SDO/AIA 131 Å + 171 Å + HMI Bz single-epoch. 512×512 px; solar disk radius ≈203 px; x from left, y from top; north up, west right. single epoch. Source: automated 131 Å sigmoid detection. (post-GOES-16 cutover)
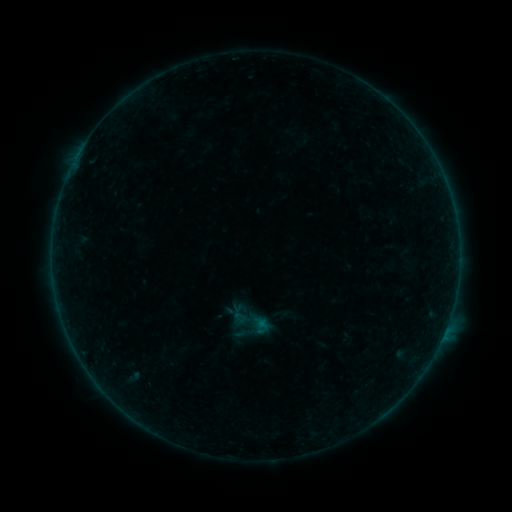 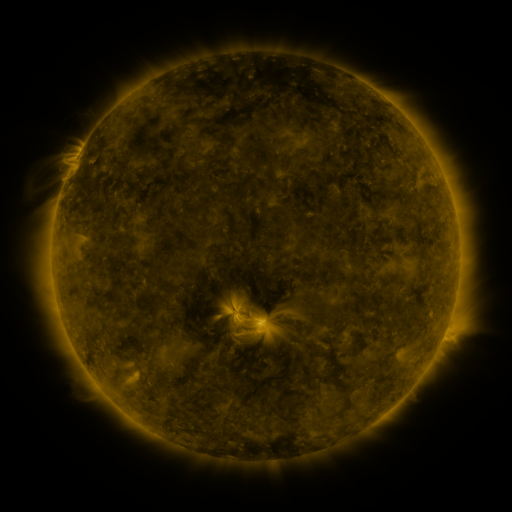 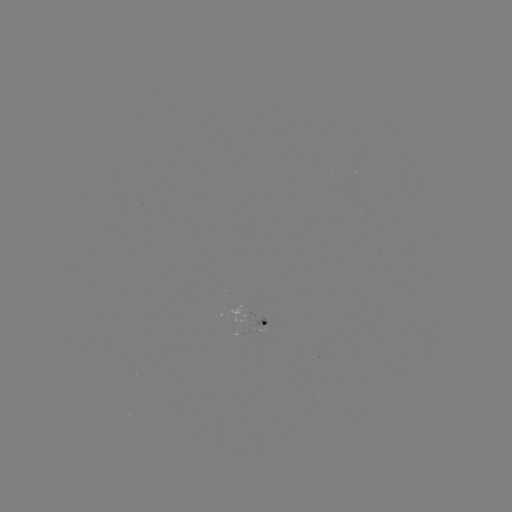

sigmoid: (230, 303, 271, 342)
